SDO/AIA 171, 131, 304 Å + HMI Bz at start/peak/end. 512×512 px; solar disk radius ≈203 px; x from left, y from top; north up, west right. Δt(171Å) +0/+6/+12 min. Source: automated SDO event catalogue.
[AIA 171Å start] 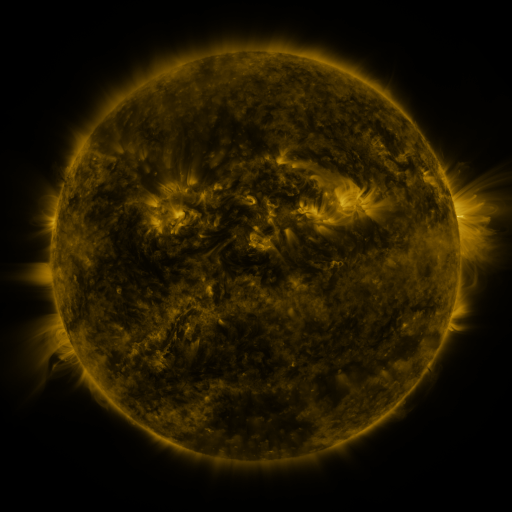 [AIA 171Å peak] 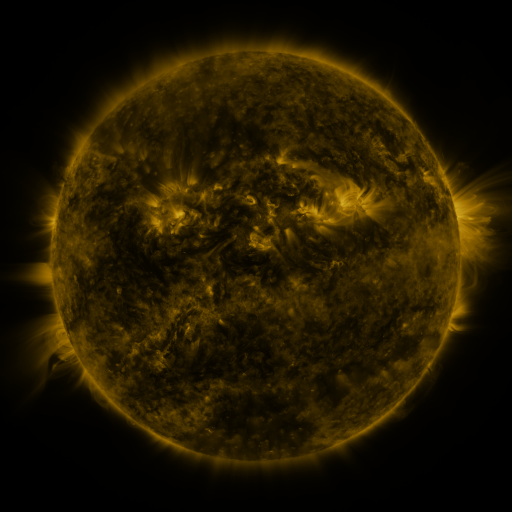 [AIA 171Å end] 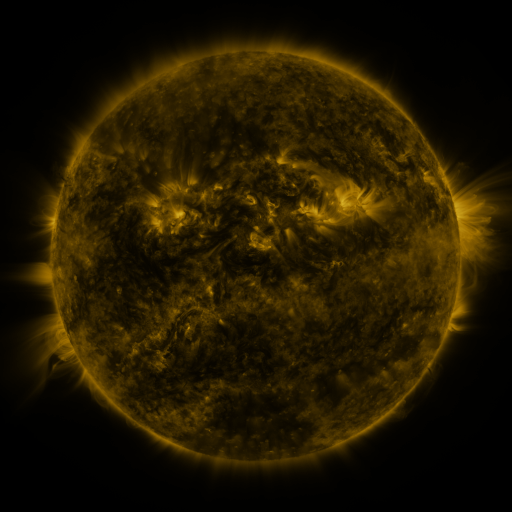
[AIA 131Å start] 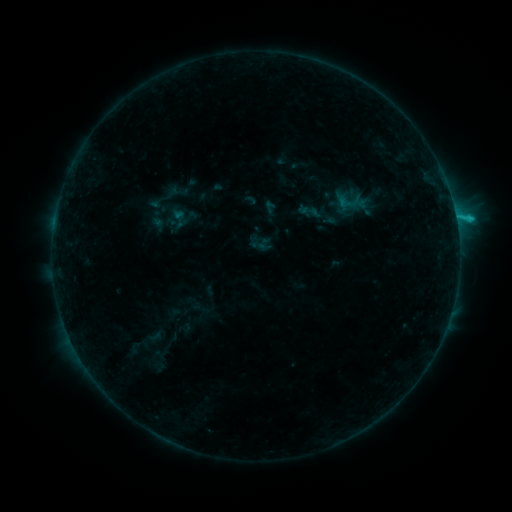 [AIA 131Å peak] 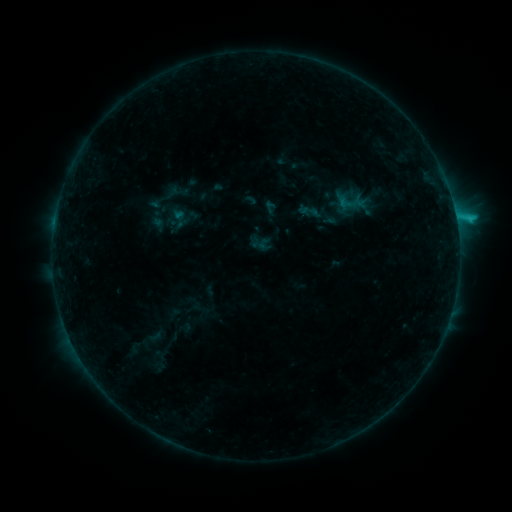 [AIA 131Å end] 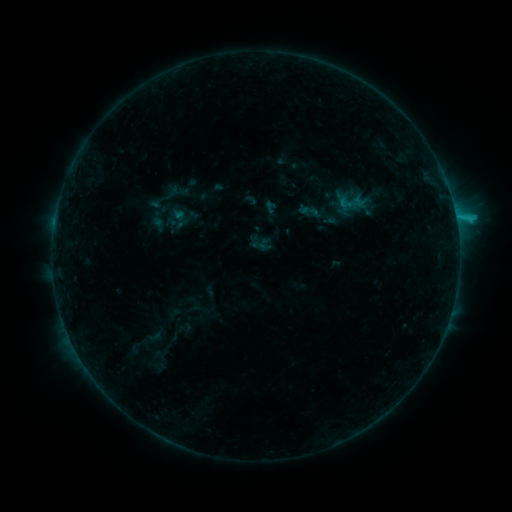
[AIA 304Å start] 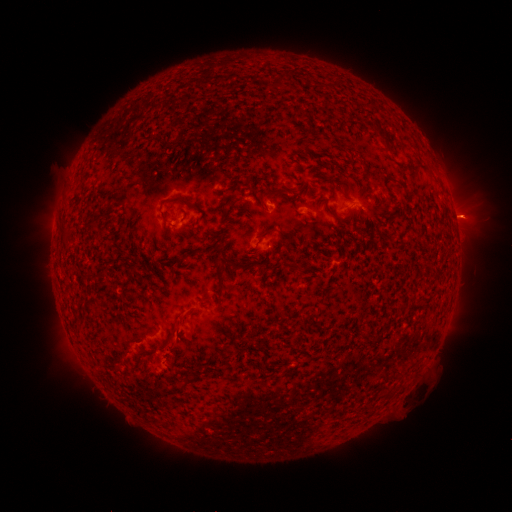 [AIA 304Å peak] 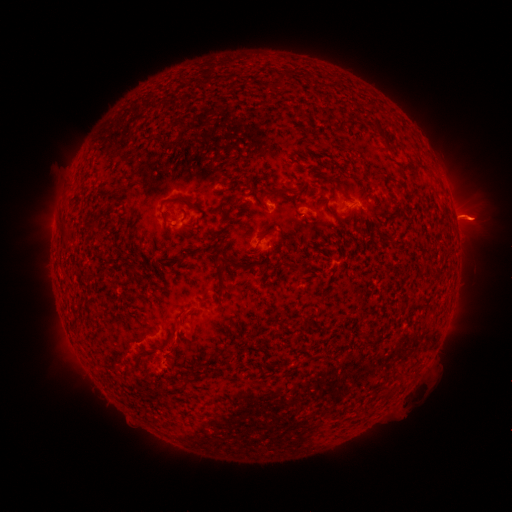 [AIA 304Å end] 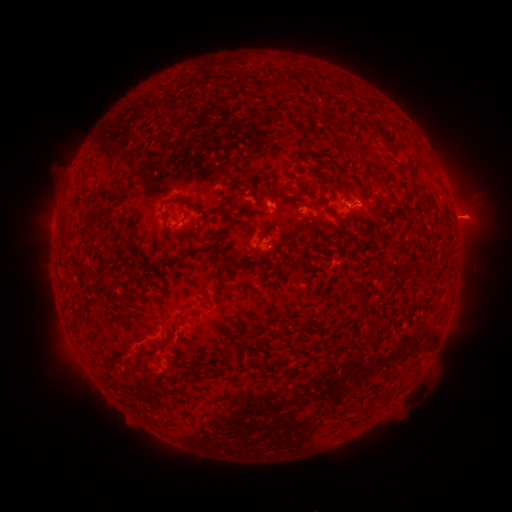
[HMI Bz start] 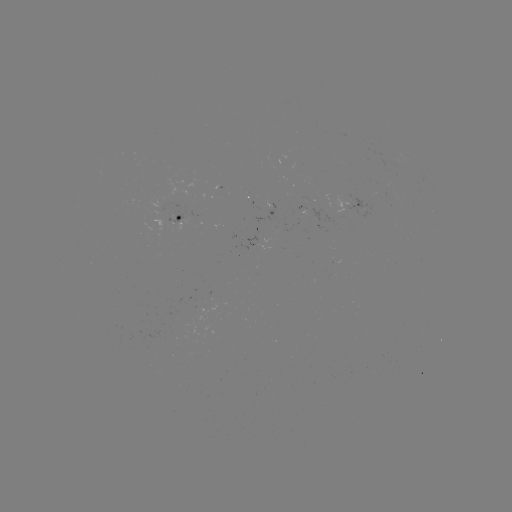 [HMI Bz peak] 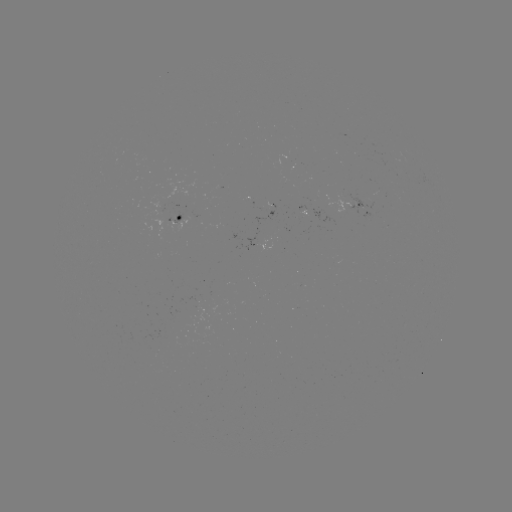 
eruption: <bbox>411, 187, 507, 249</bbox>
